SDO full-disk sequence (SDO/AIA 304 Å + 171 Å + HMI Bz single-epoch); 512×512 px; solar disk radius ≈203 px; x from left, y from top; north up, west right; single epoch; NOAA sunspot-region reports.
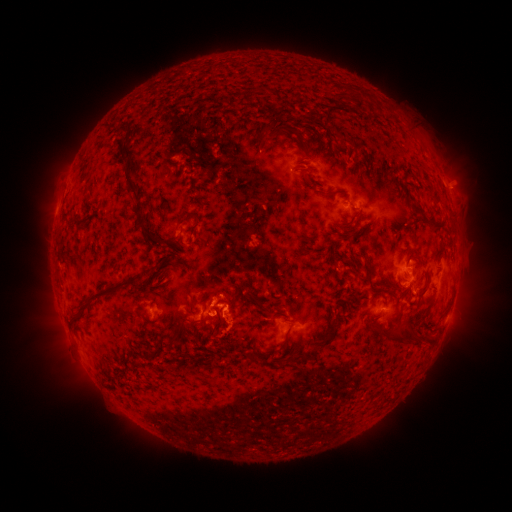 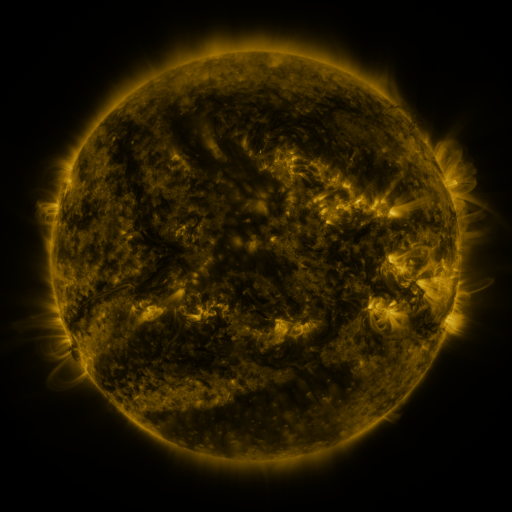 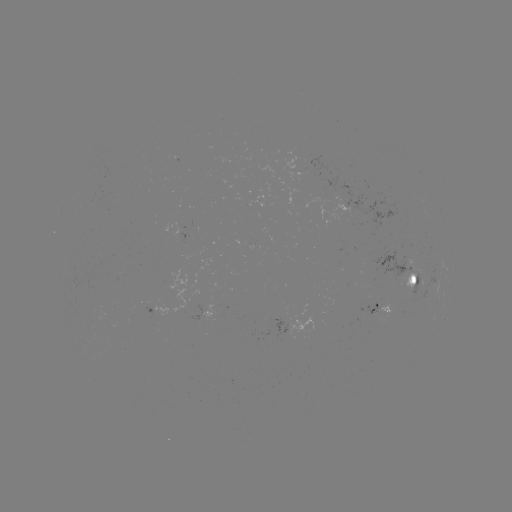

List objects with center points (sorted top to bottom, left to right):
spotted active region: (306, 175)
spotted active region: (411, 276)
spotted active region: (381, 308)
spotted active region: (160, 309)
